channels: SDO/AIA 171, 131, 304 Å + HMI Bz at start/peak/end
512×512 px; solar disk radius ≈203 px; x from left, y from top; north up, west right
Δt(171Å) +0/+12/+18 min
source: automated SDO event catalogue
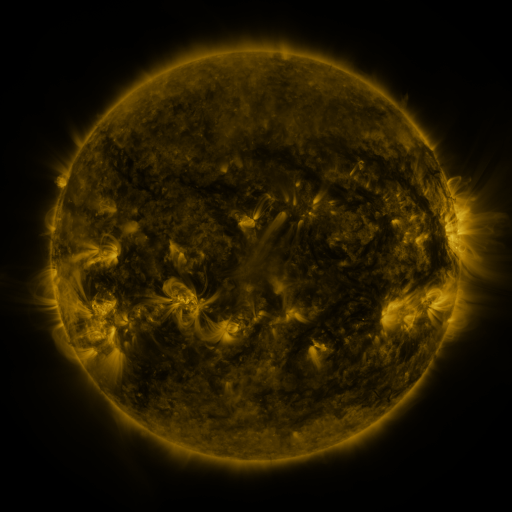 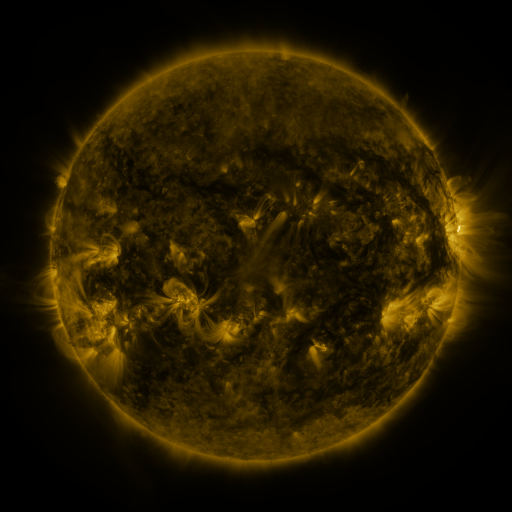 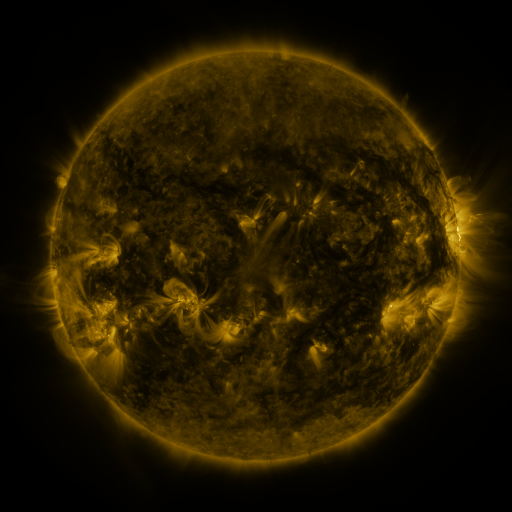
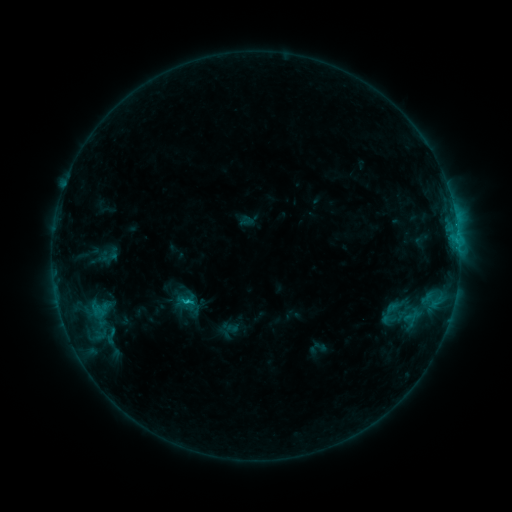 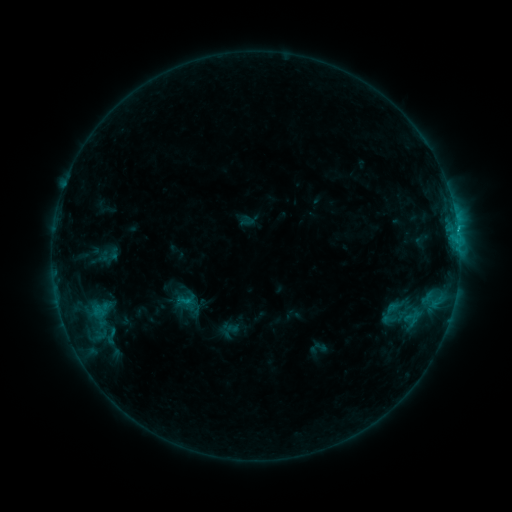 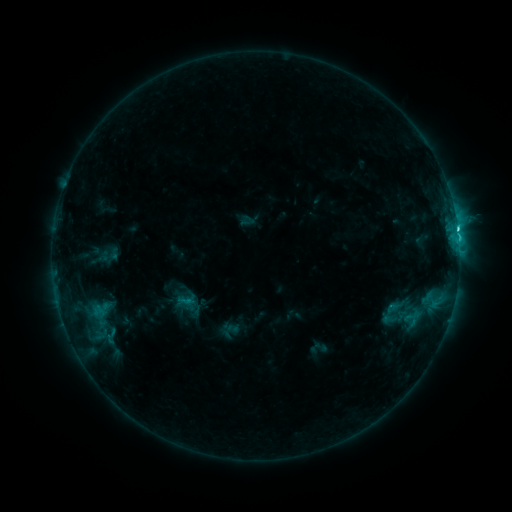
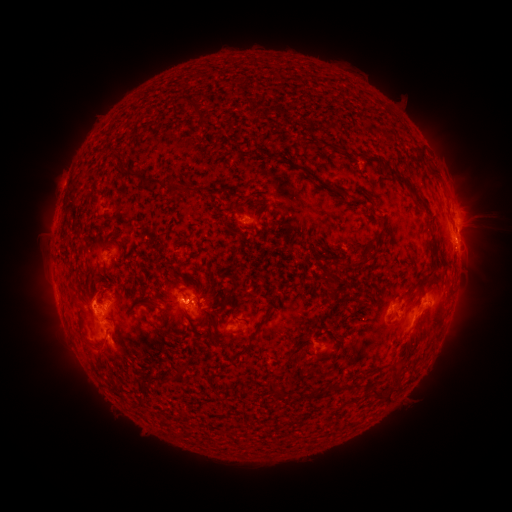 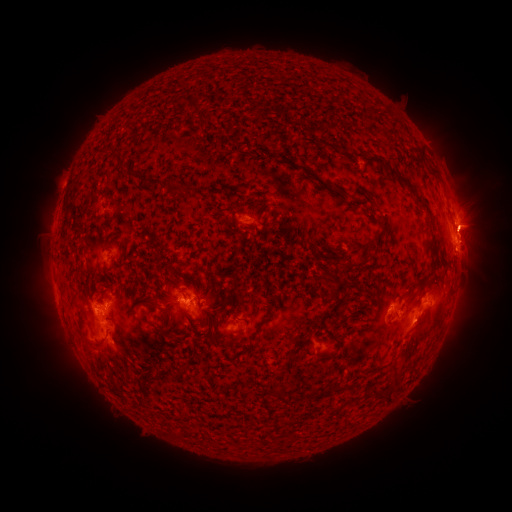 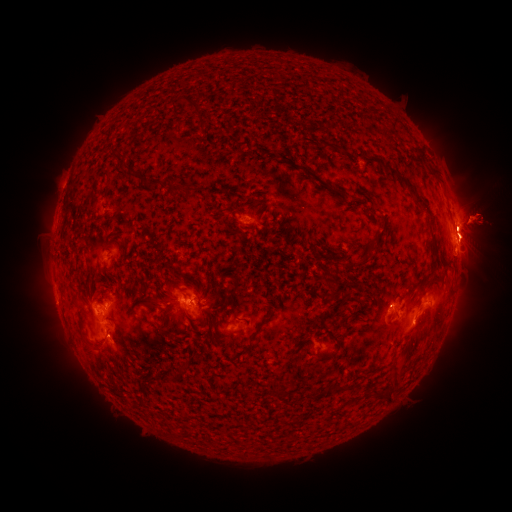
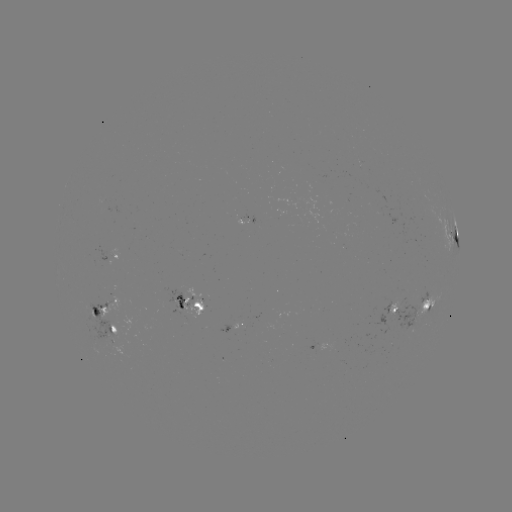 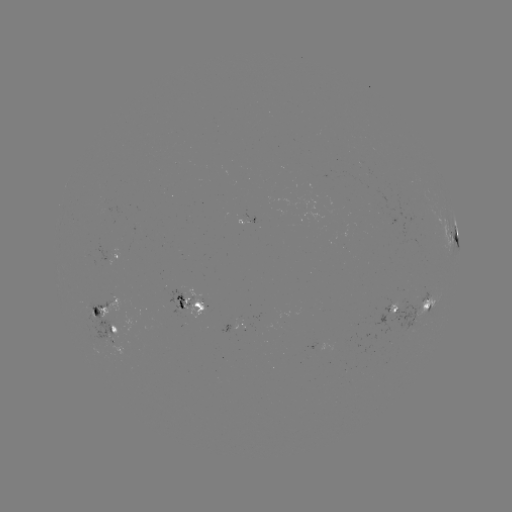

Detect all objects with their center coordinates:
eruption: (419, 331)
